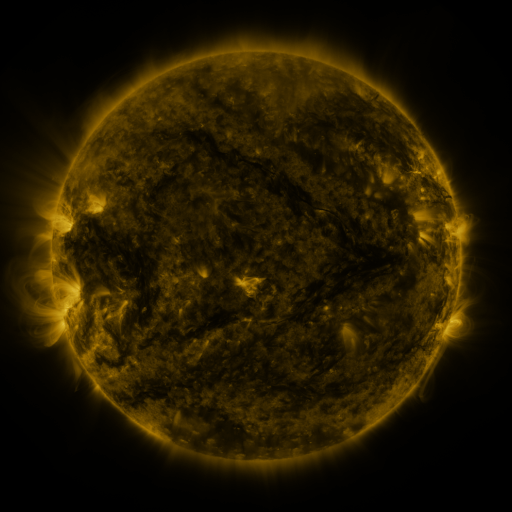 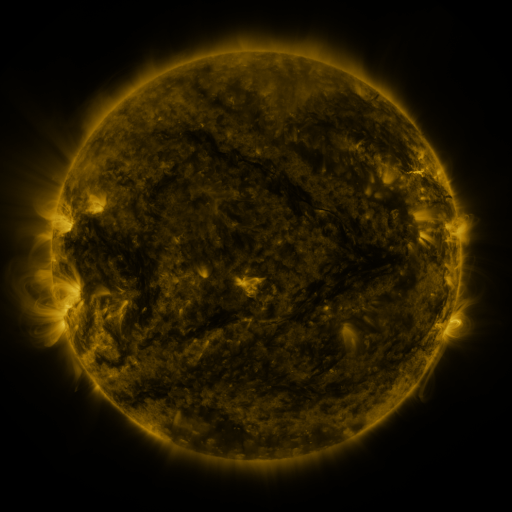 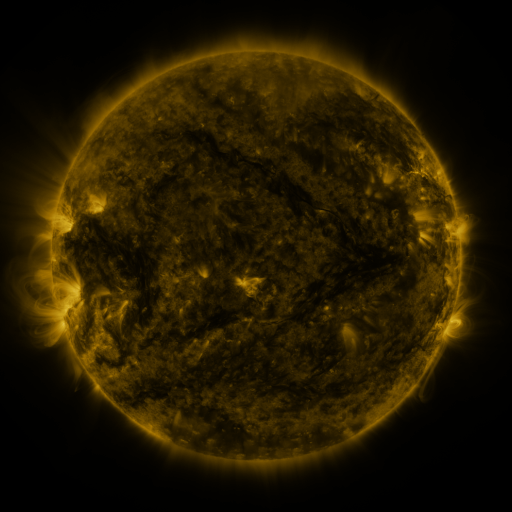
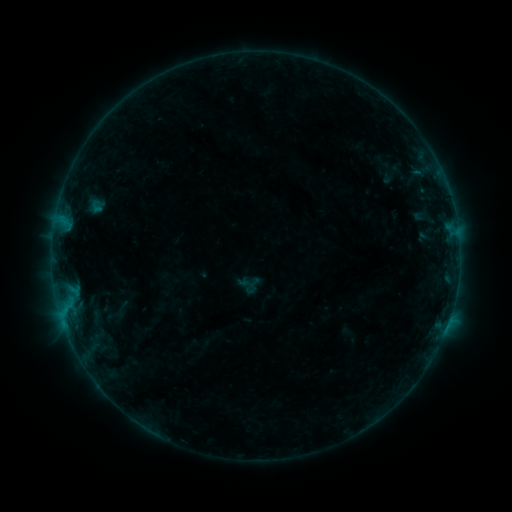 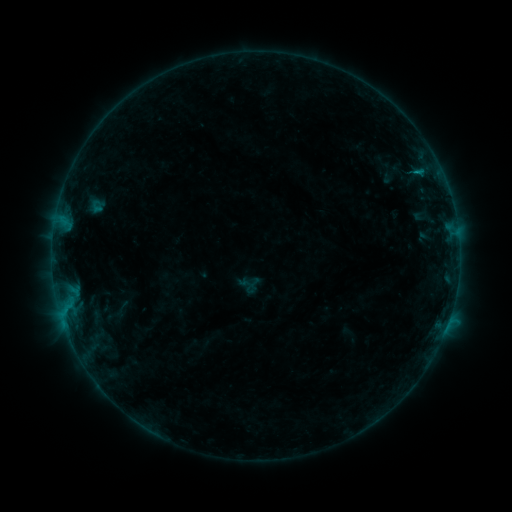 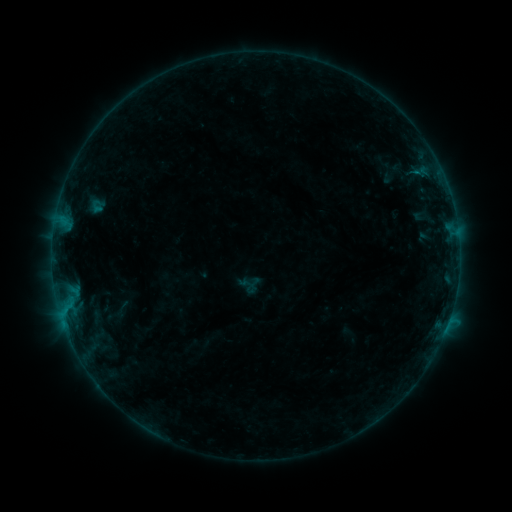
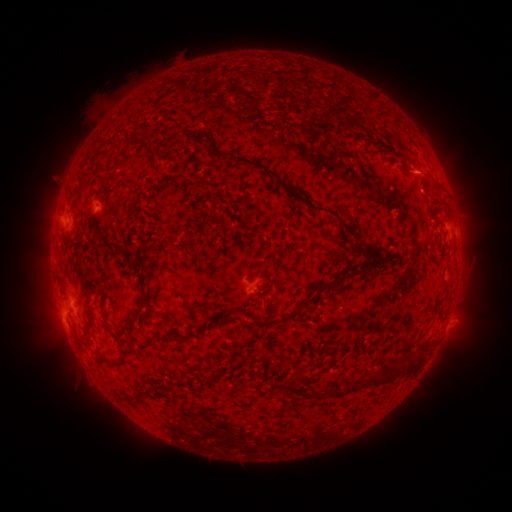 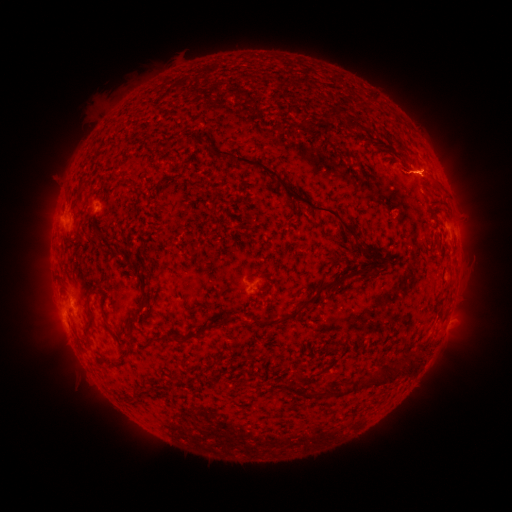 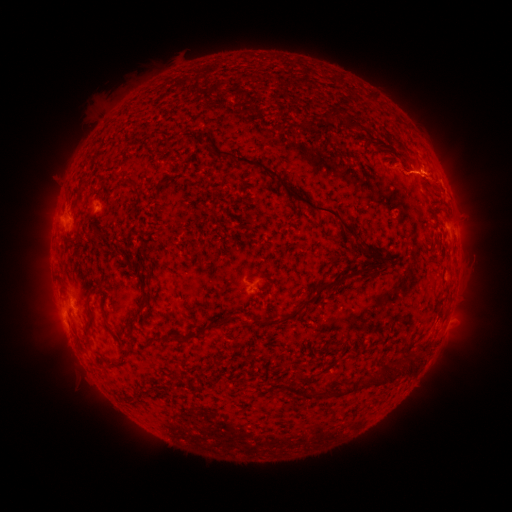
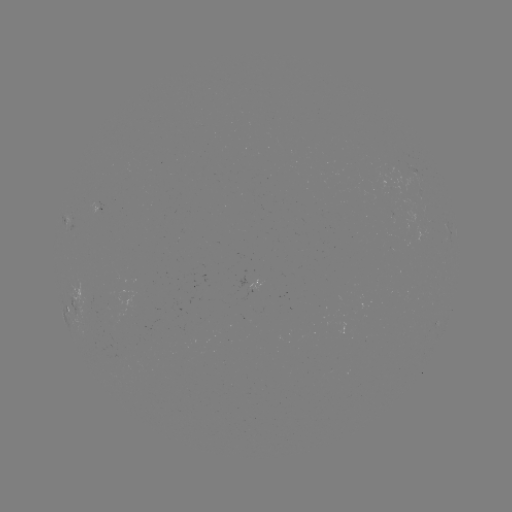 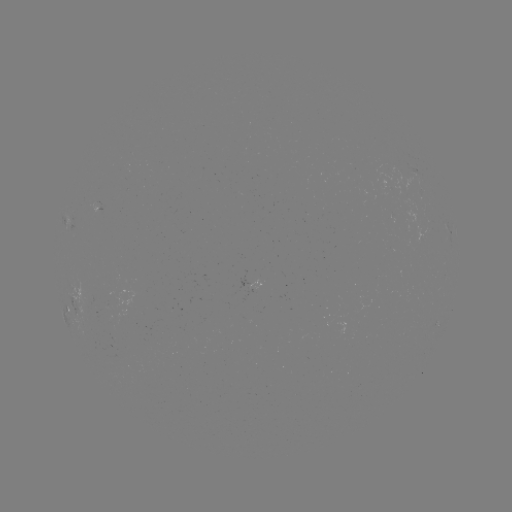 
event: flare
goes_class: B3.4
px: (416, 174)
